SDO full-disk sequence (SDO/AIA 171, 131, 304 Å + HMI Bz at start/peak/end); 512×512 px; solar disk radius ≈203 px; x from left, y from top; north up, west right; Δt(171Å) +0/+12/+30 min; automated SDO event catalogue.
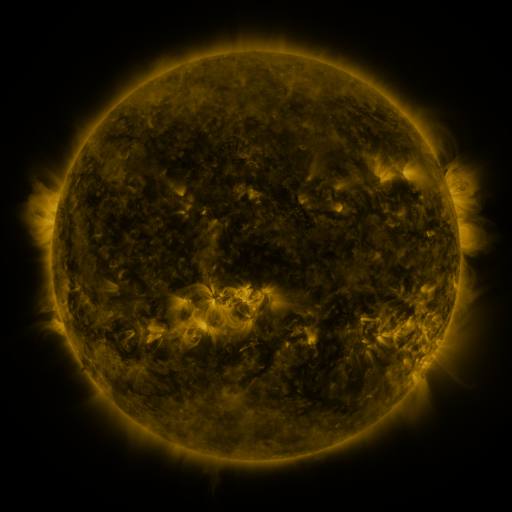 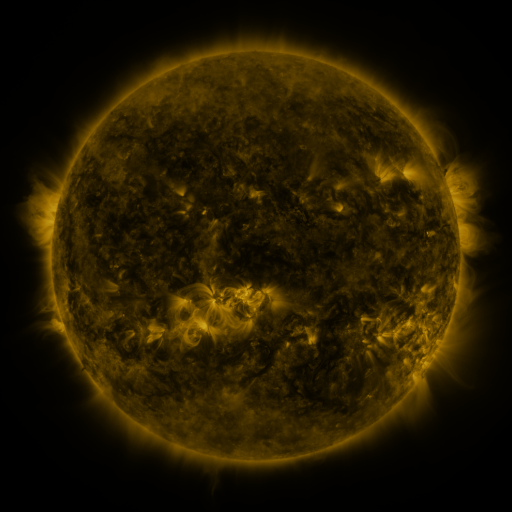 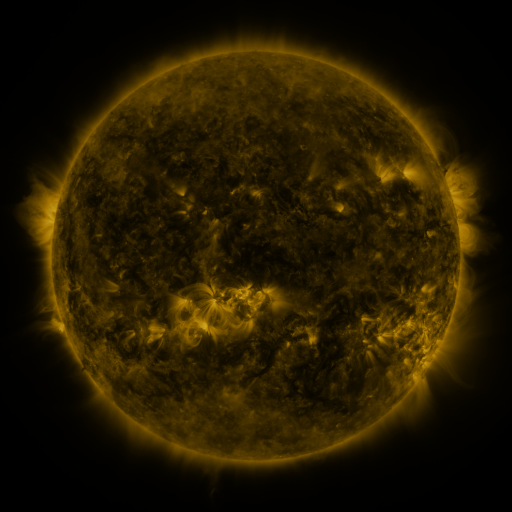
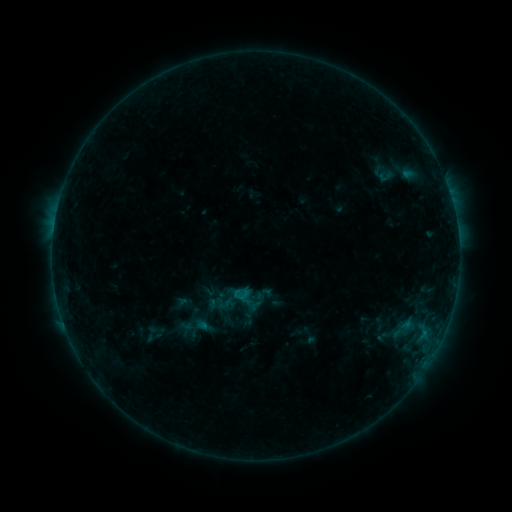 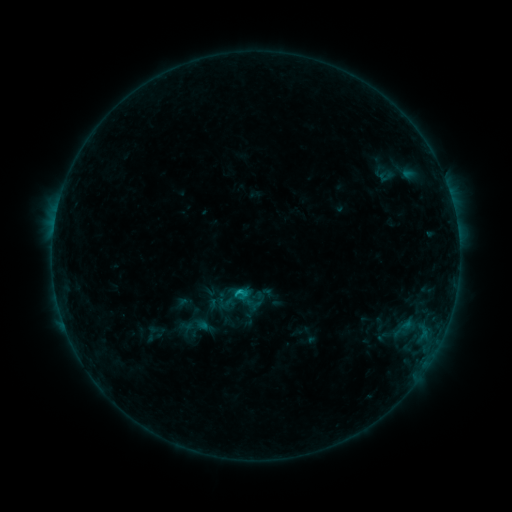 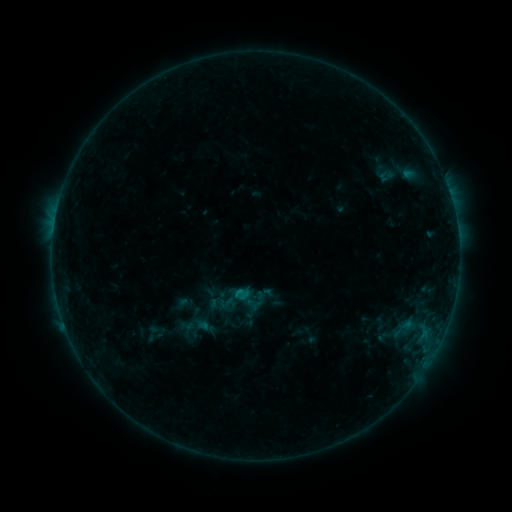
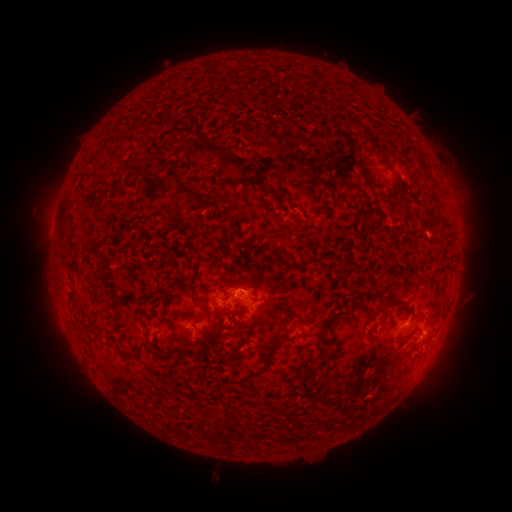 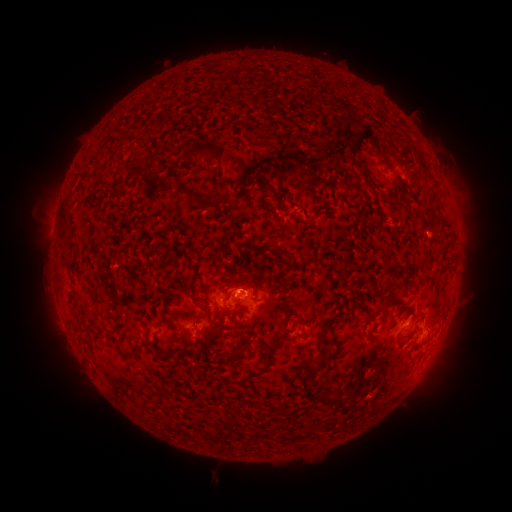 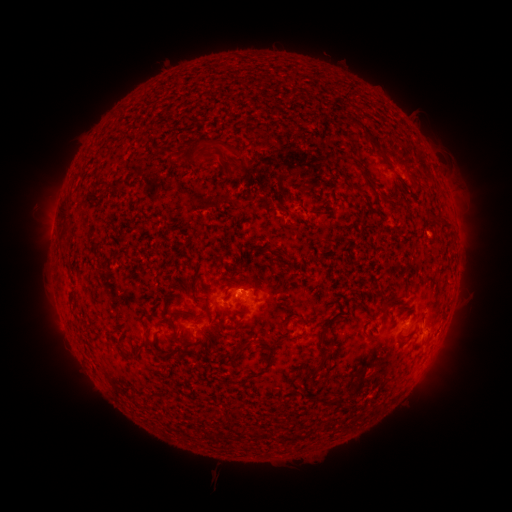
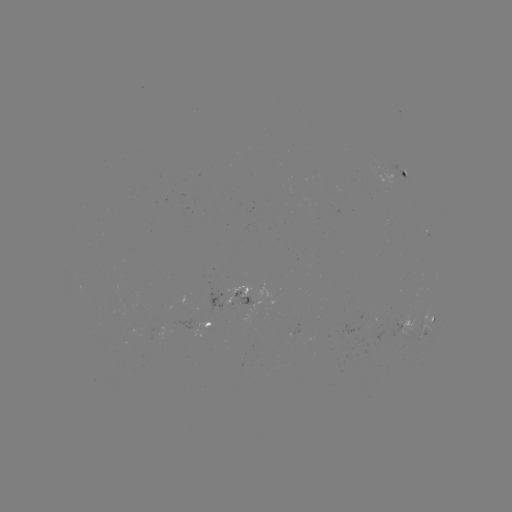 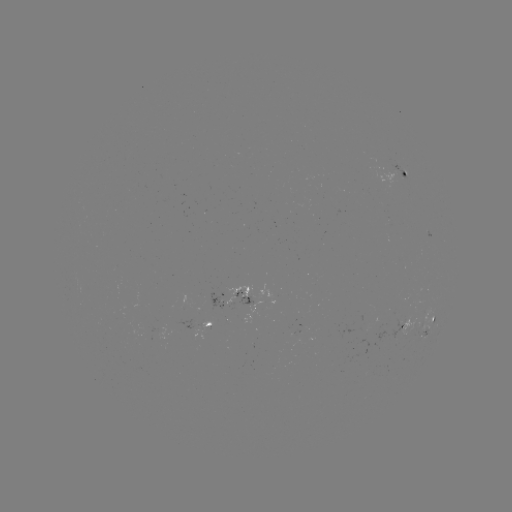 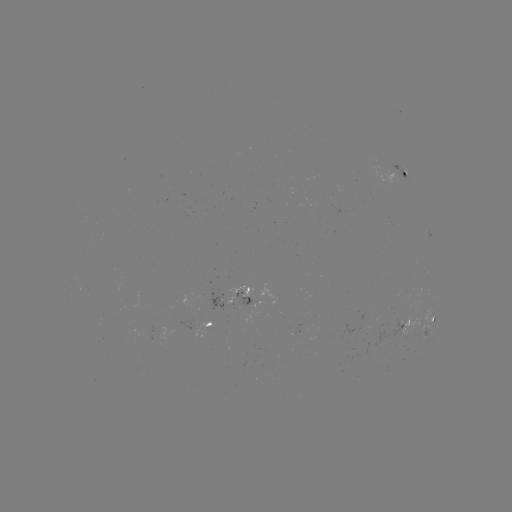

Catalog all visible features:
eruption: (348, 130)
